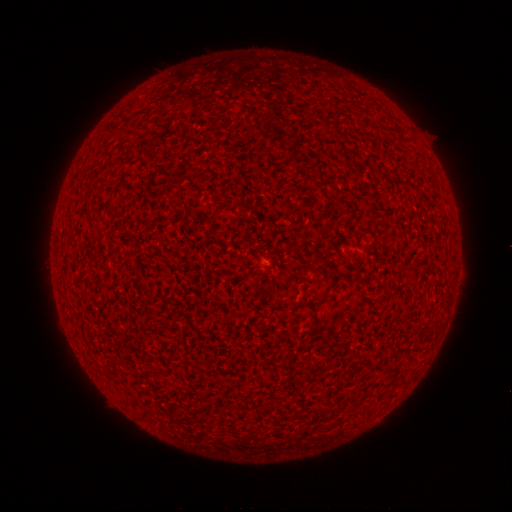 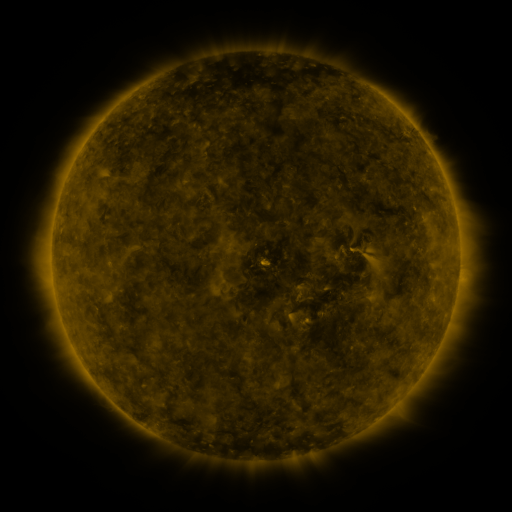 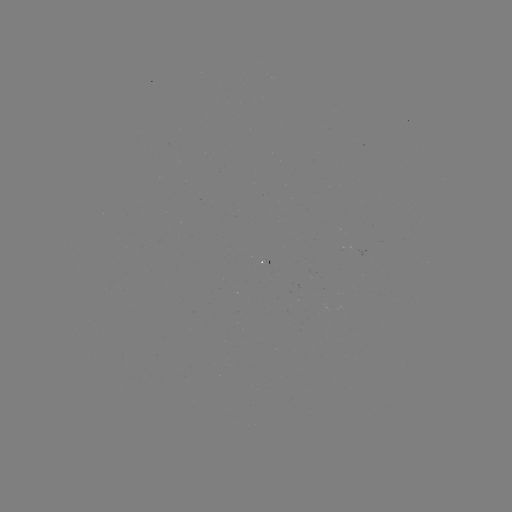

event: spotted active region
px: (363, 250)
